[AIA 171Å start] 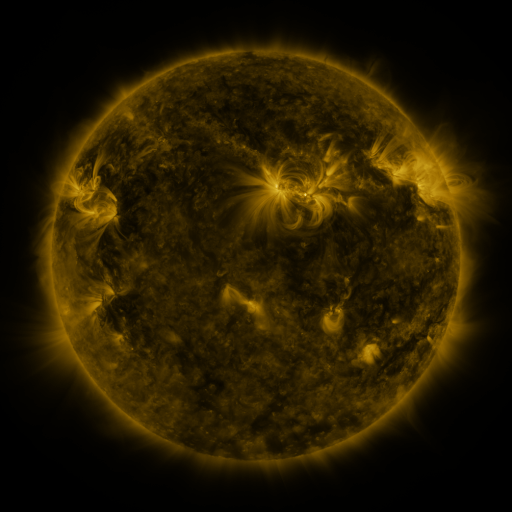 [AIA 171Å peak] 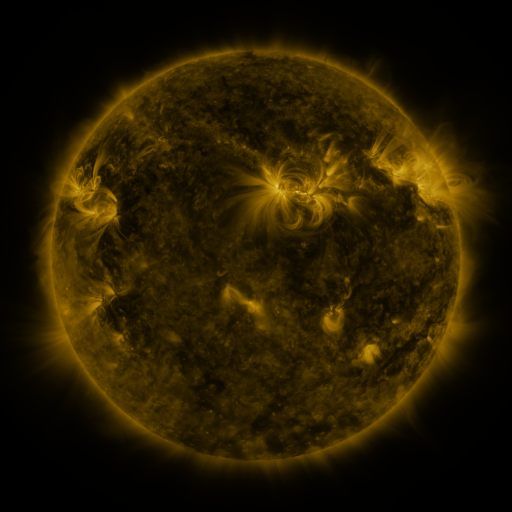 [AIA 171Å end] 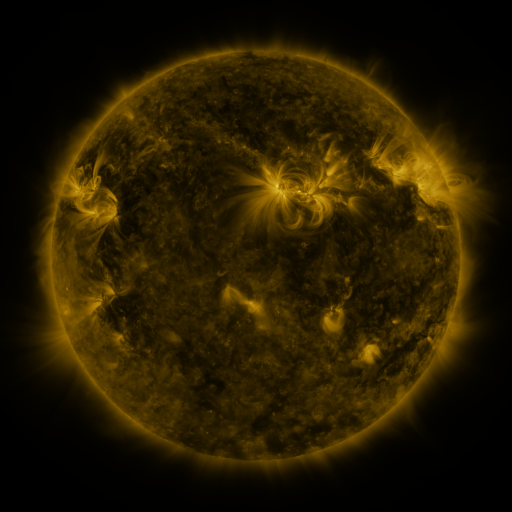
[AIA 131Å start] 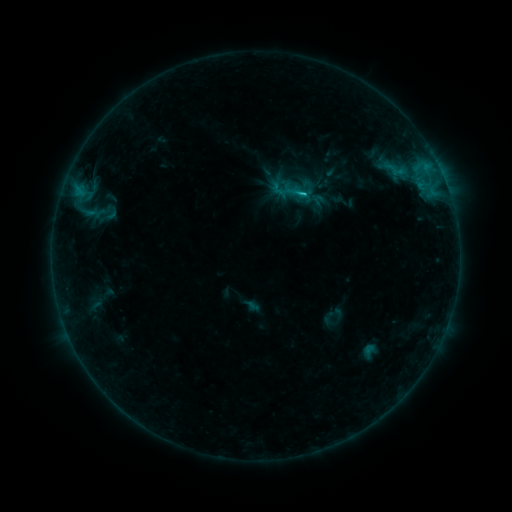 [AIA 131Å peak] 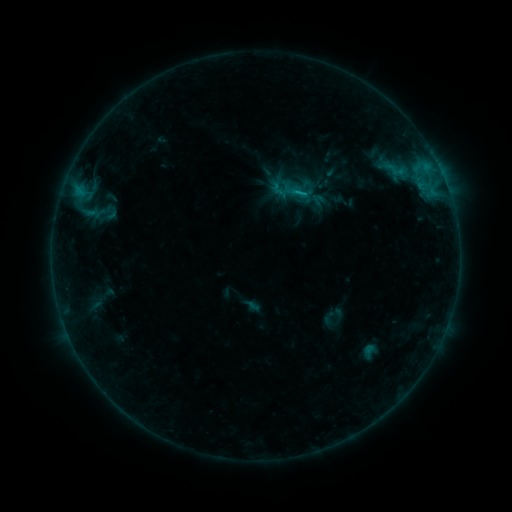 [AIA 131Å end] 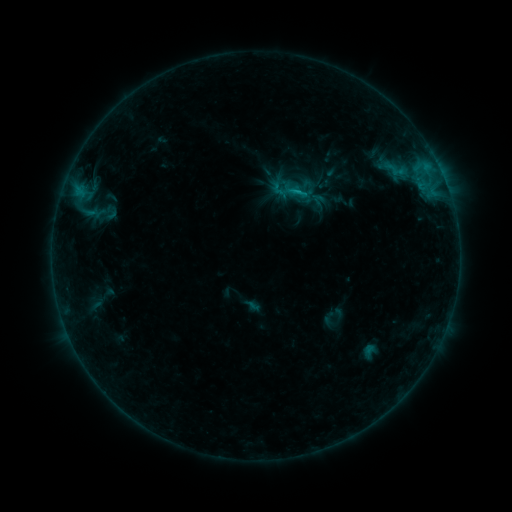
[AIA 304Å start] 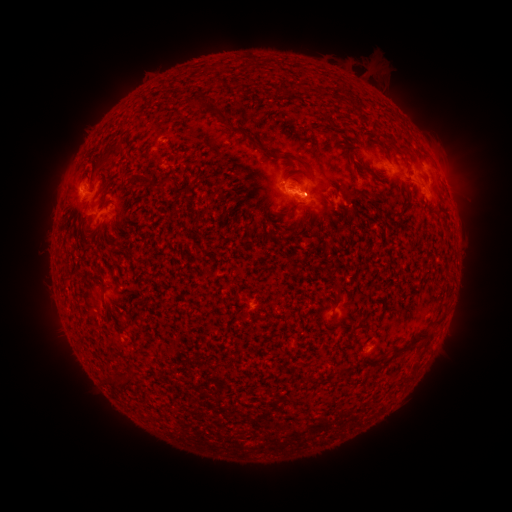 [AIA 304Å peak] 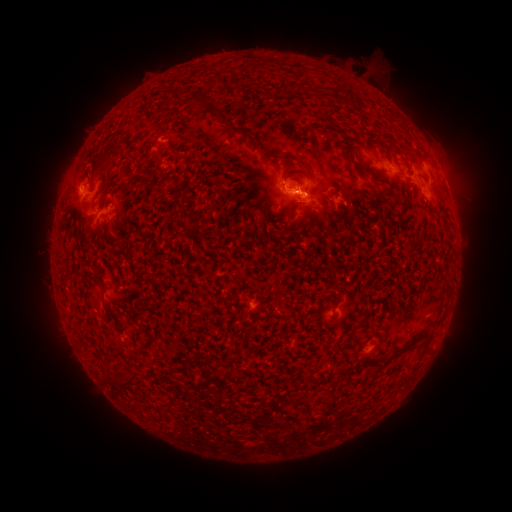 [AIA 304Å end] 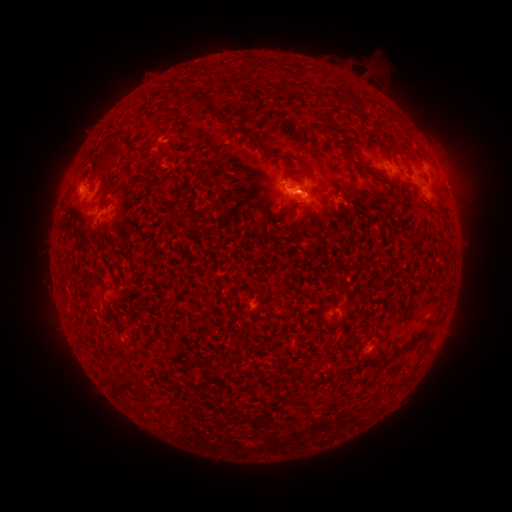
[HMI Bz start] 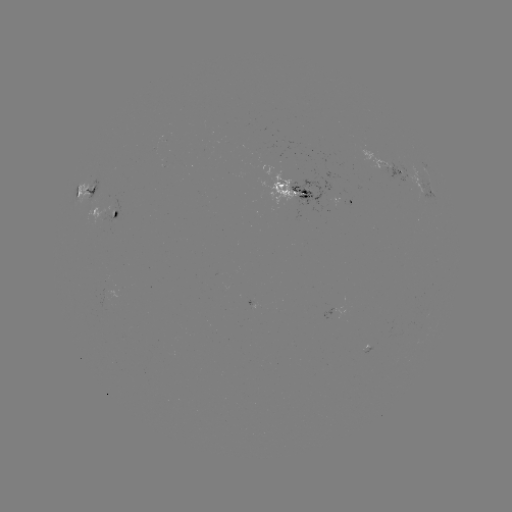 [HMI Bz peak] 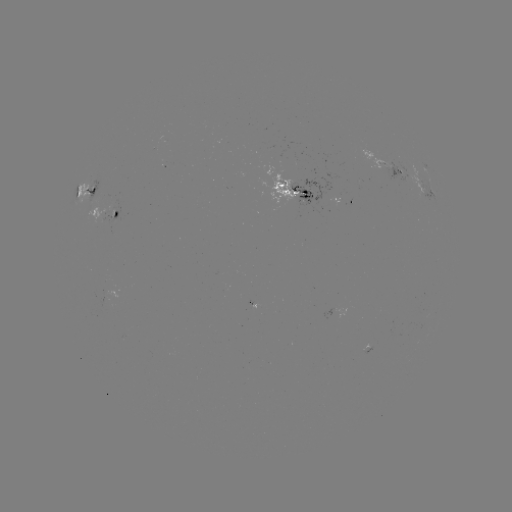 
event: flare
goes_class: B9.3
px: (297, 194)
